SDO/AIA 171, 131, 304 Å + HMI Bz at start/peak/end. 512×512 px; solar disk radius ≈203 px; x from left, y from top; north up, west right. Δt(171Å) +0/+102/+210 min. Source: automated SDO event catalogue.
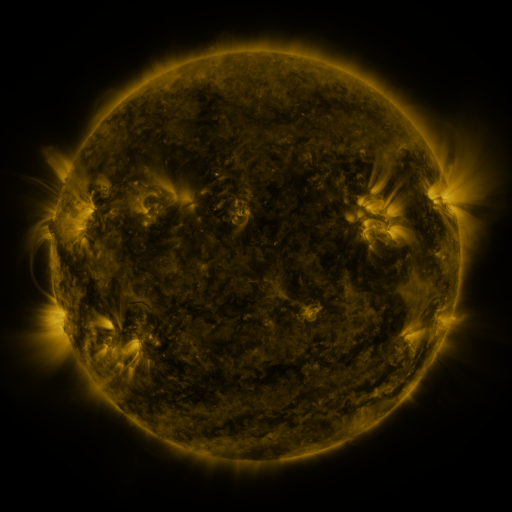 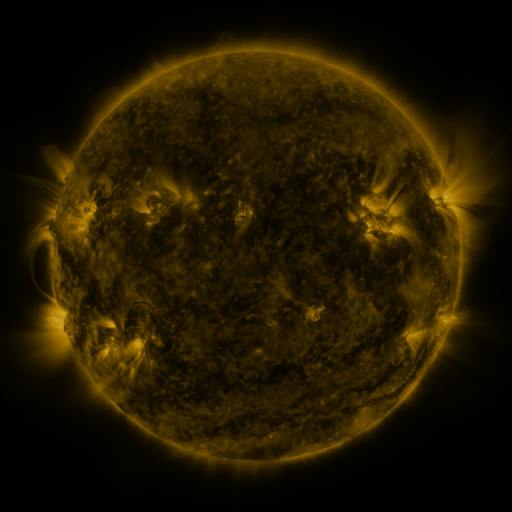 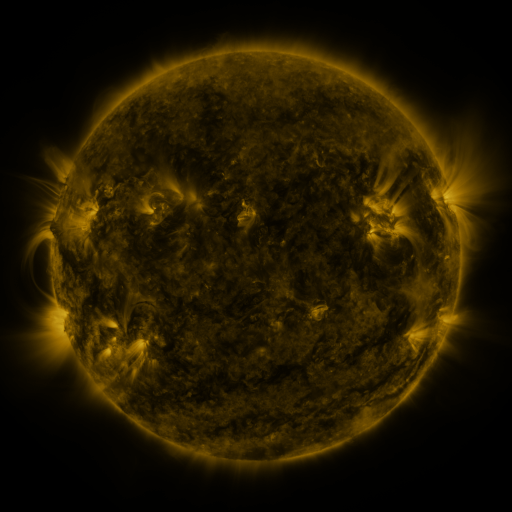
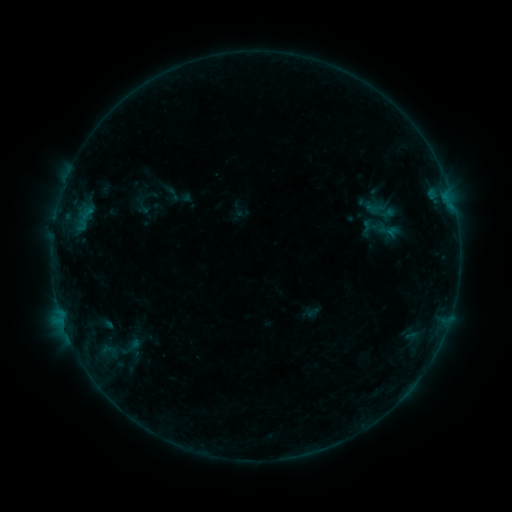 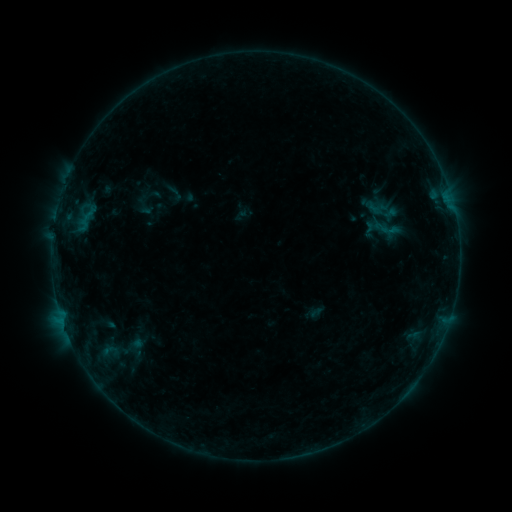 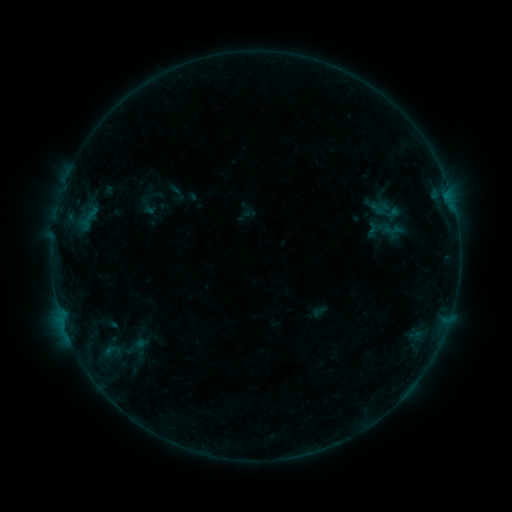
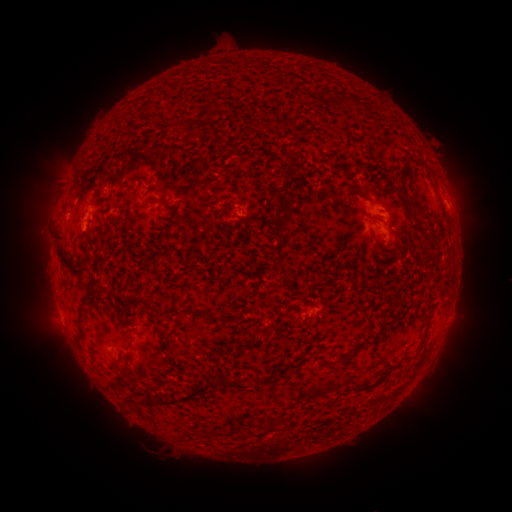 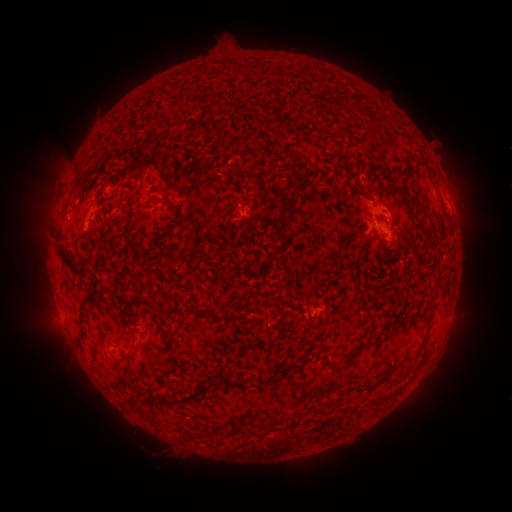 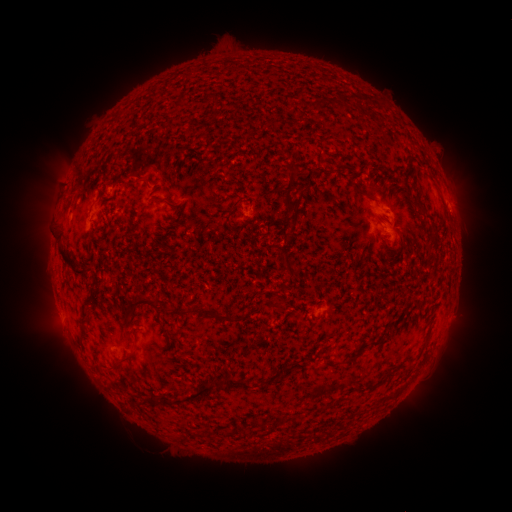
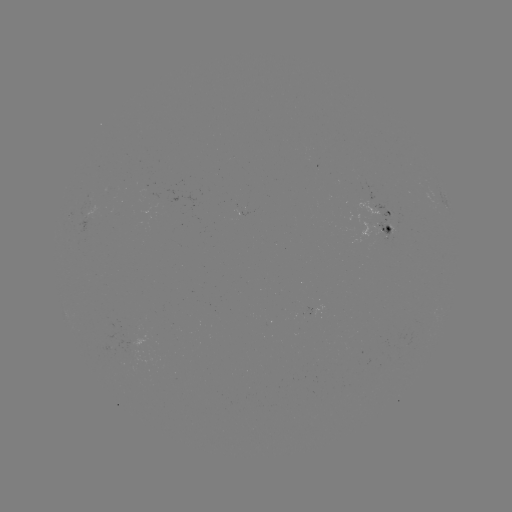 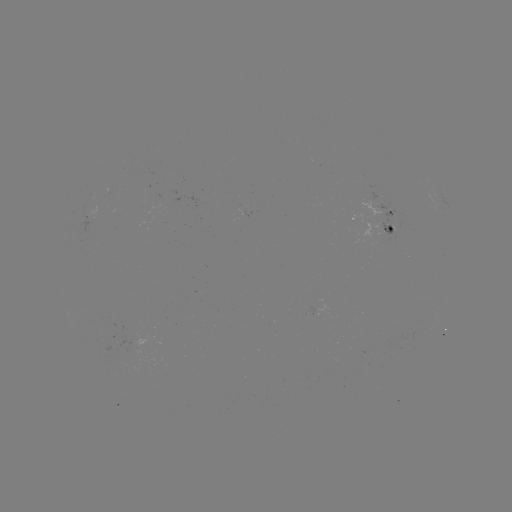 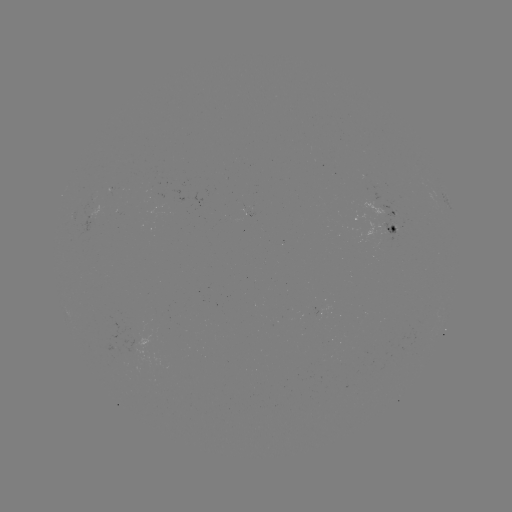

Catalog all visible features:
filament eruption: (44, 123)
